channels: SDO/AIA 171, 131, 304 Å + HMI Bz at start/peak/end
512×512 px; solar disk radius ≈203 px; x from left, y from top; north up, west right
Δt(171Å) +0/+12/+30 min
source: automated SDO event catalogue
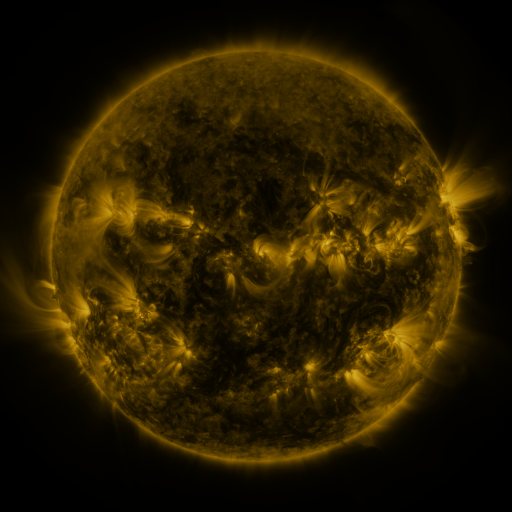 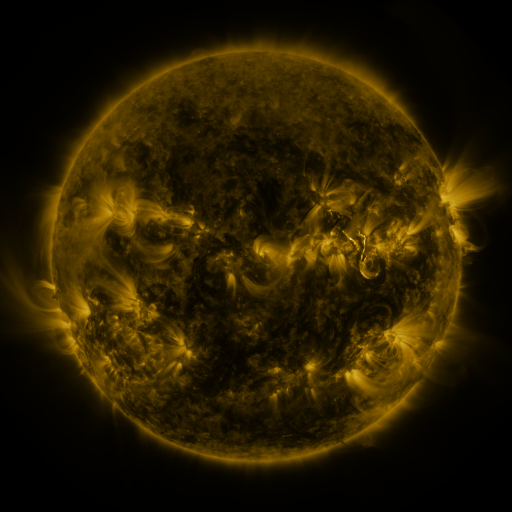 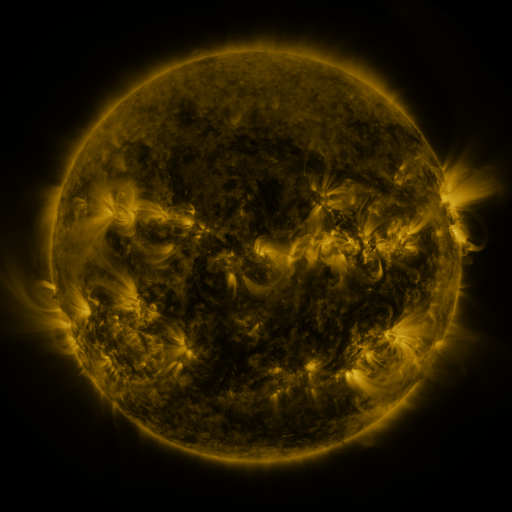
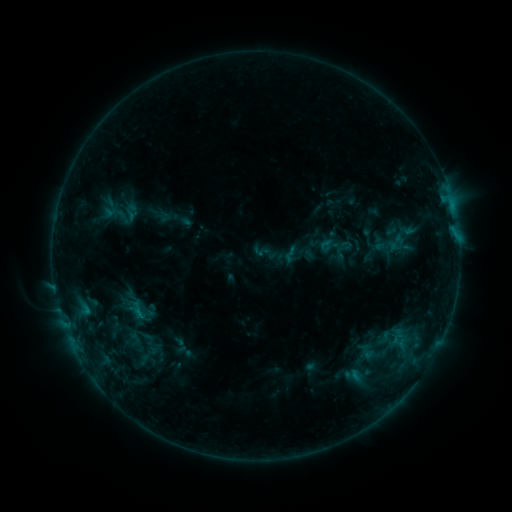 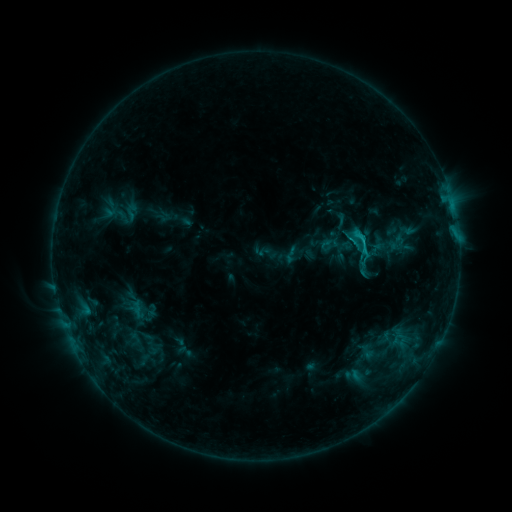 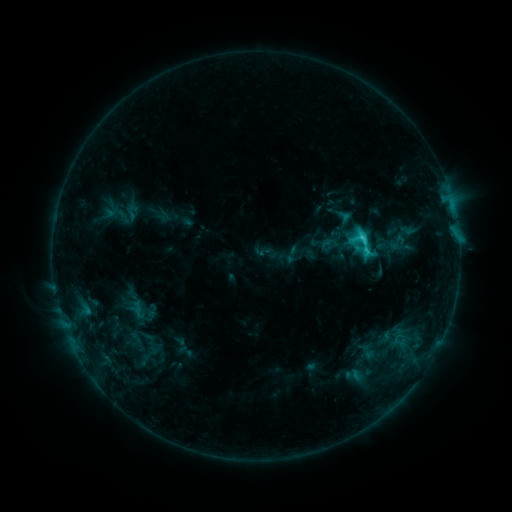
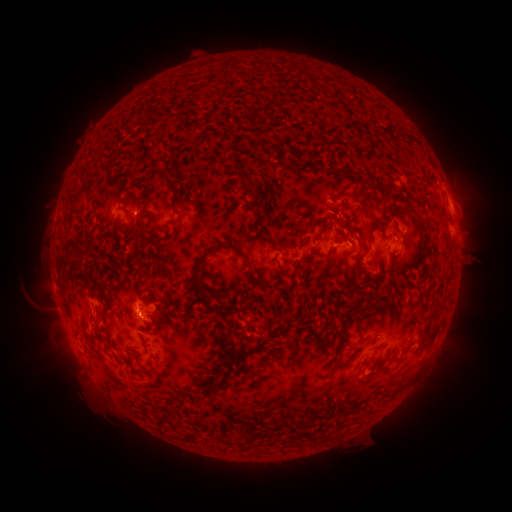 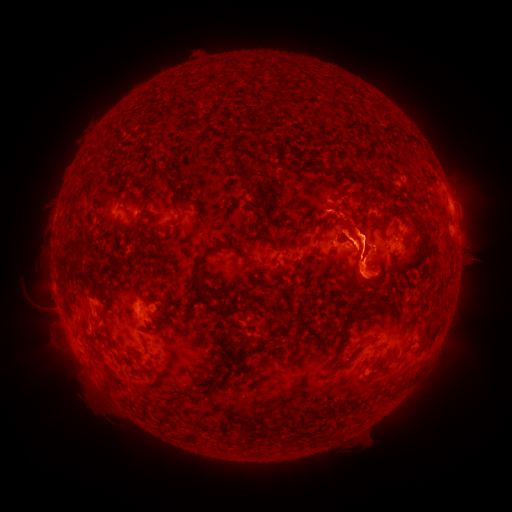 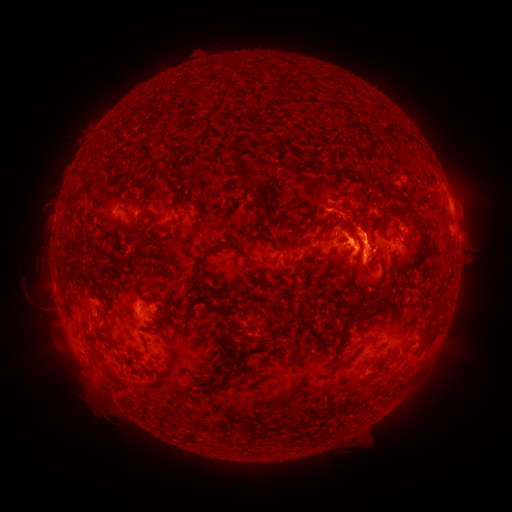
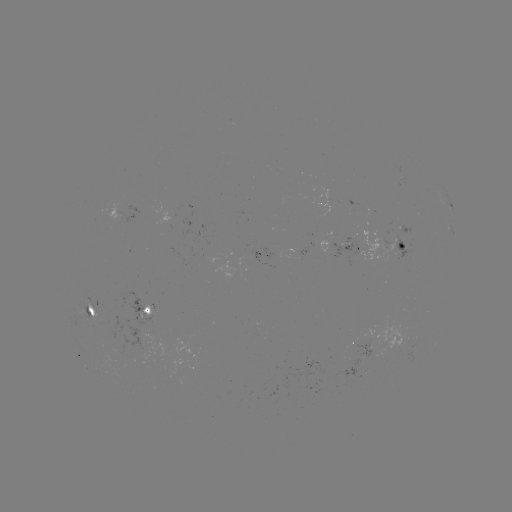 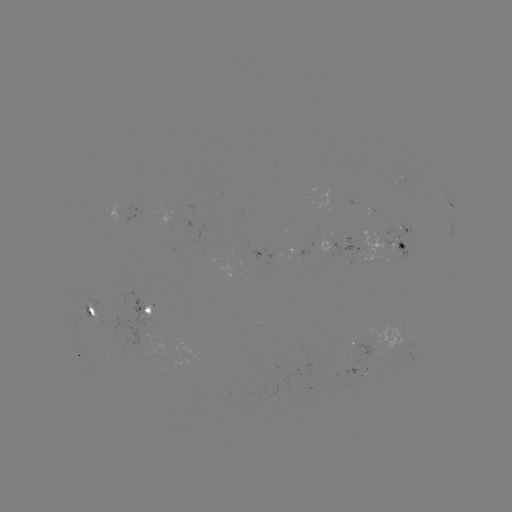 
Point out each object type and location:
eruption: (368, 258)
